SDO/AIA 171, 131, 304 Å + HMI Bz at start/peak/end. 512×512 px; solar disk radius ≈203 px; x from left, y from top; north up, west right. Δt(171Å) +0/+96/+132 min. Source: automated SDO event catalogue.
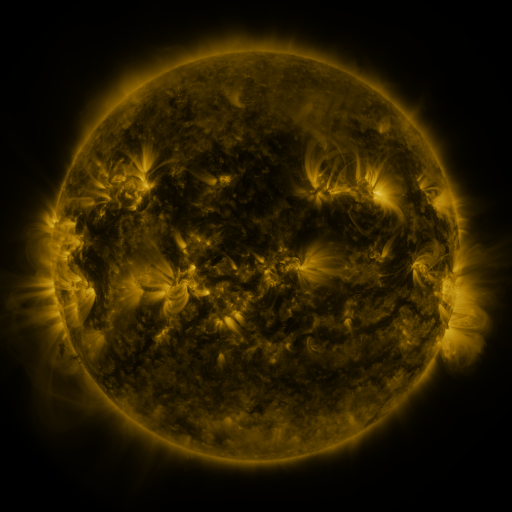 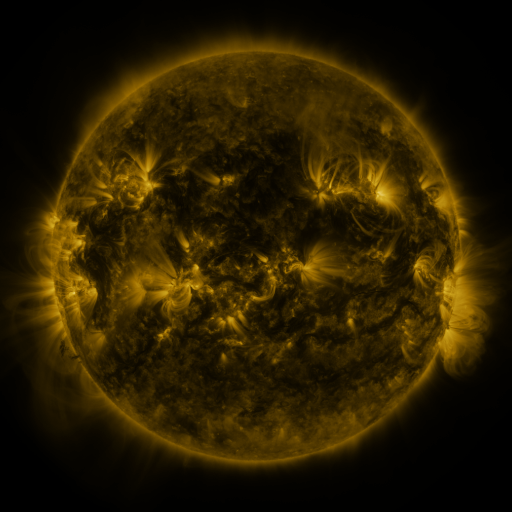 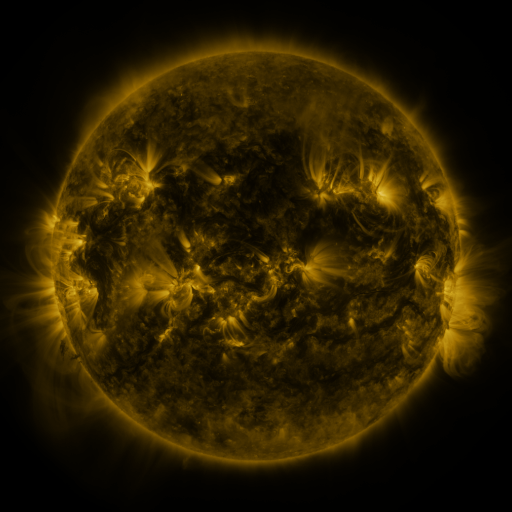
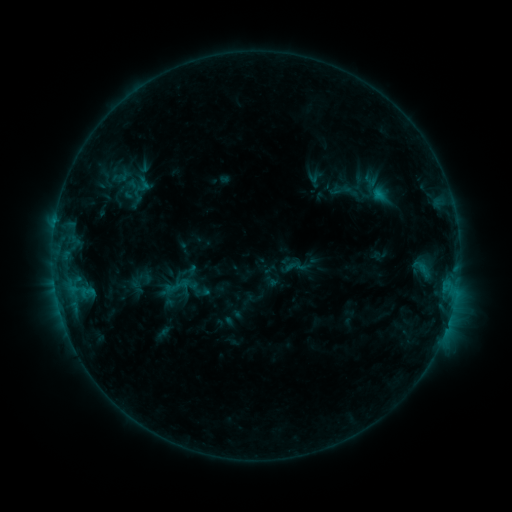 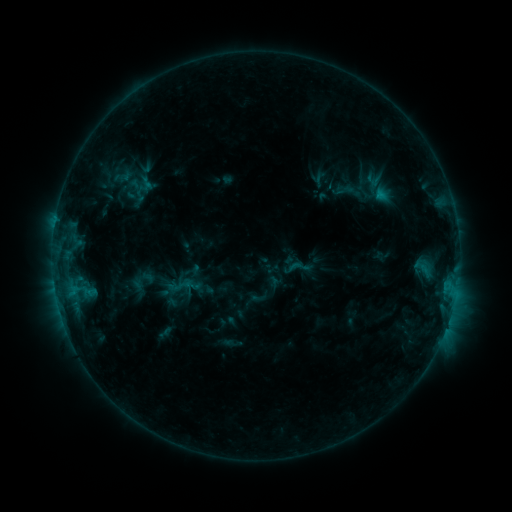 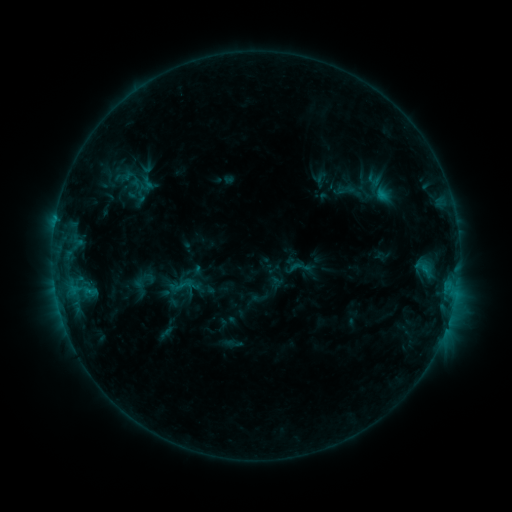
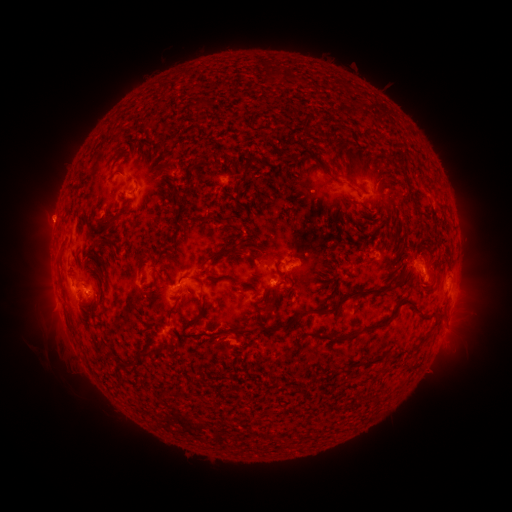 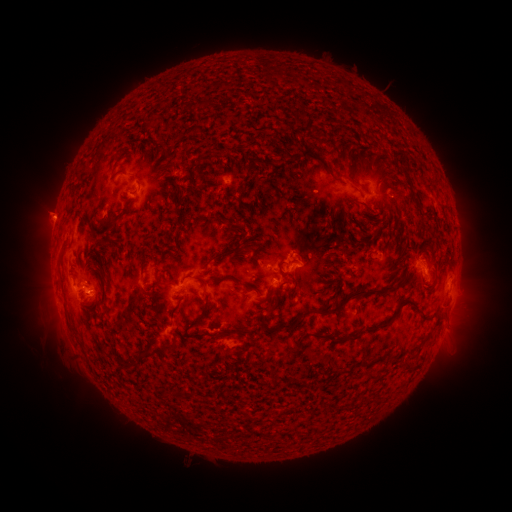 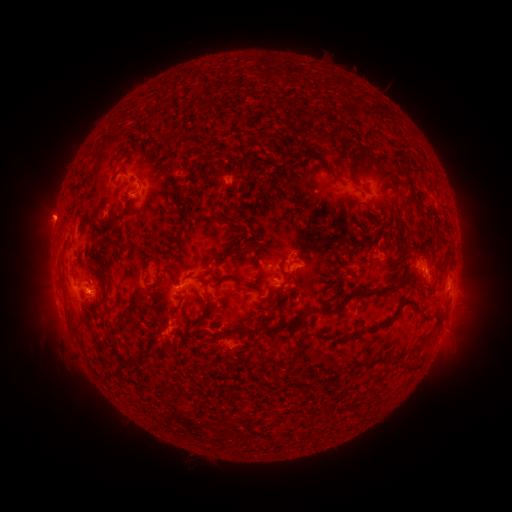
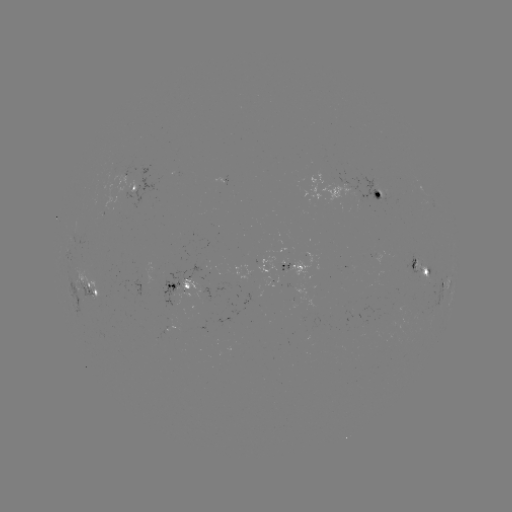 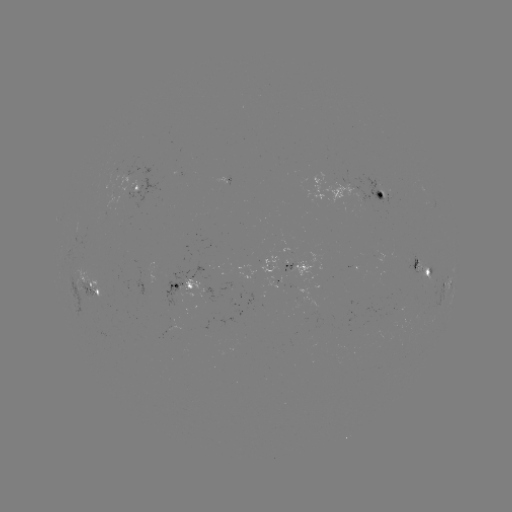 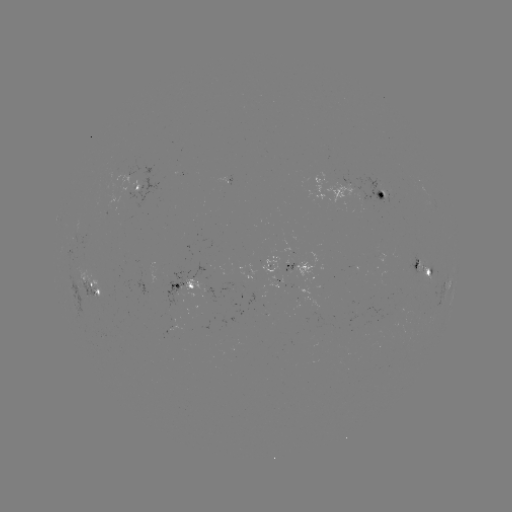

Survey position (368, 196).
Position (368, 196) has emerging-flux region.